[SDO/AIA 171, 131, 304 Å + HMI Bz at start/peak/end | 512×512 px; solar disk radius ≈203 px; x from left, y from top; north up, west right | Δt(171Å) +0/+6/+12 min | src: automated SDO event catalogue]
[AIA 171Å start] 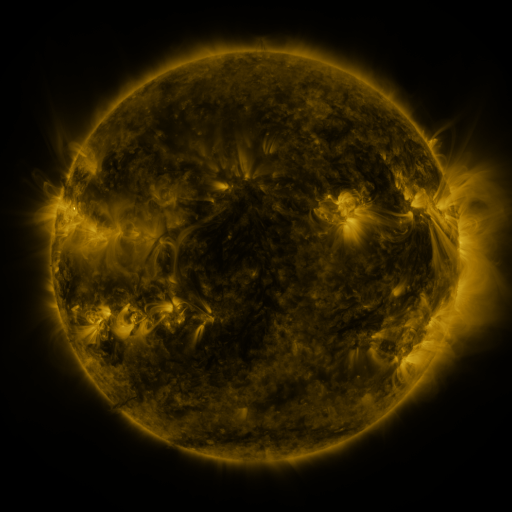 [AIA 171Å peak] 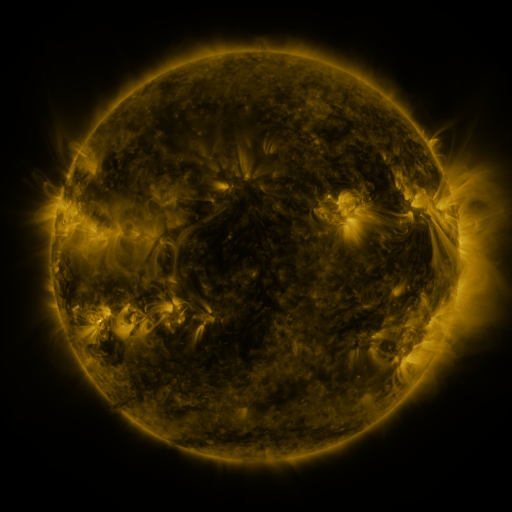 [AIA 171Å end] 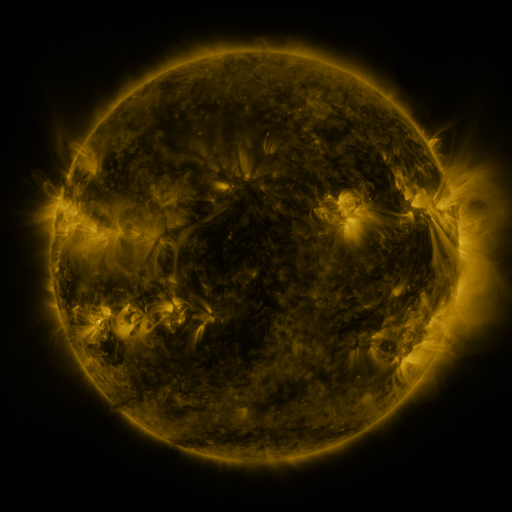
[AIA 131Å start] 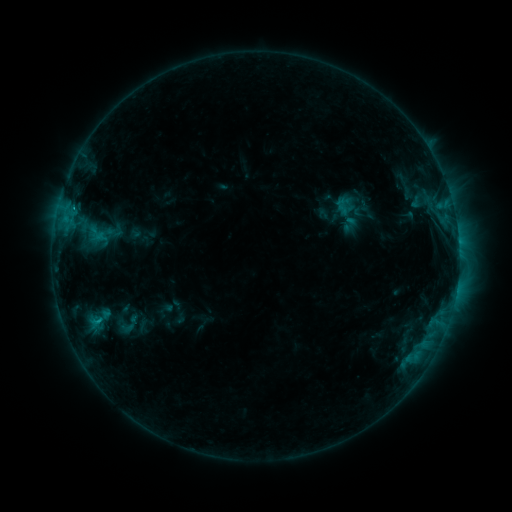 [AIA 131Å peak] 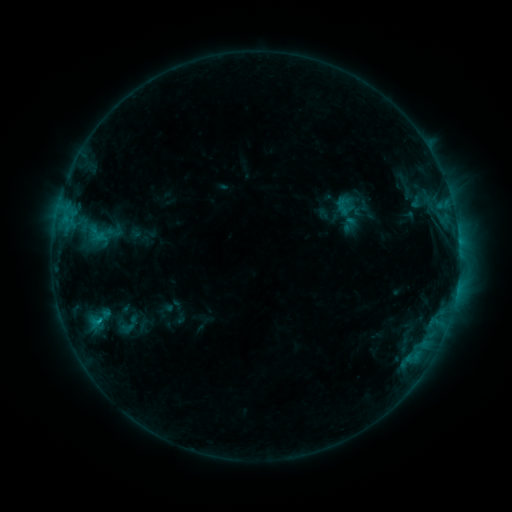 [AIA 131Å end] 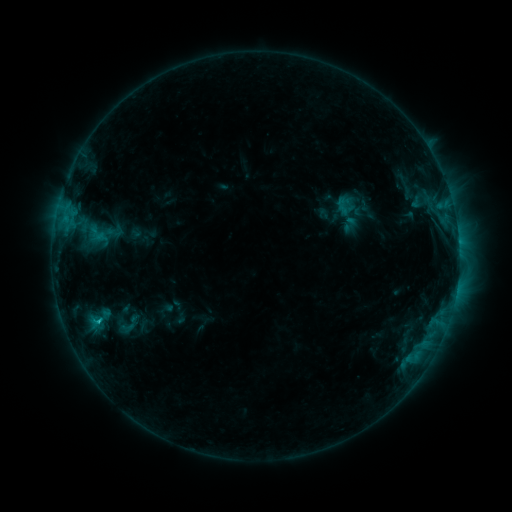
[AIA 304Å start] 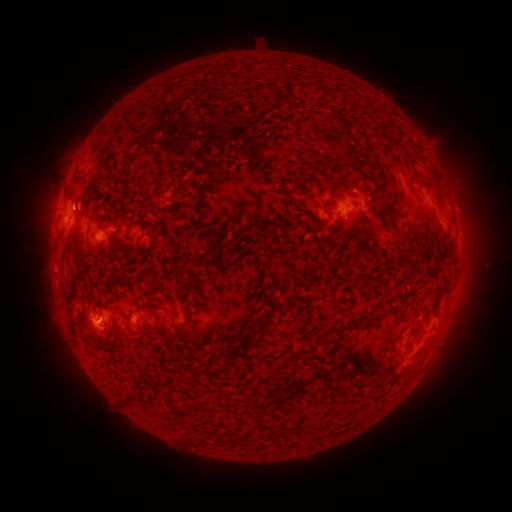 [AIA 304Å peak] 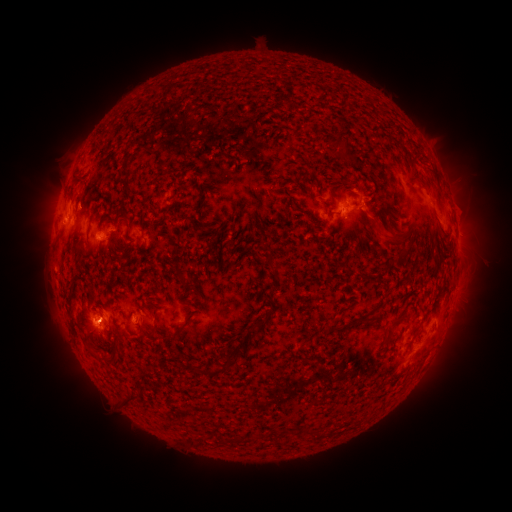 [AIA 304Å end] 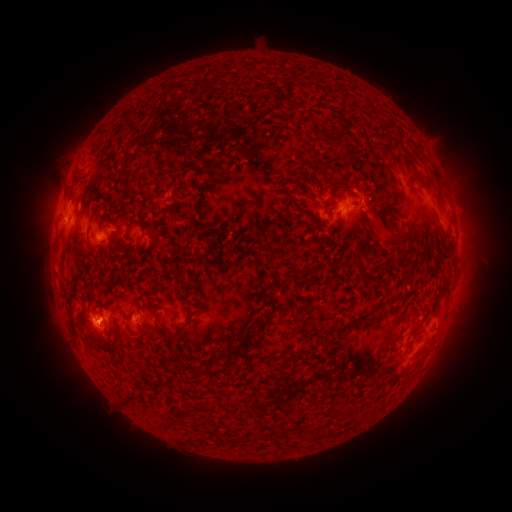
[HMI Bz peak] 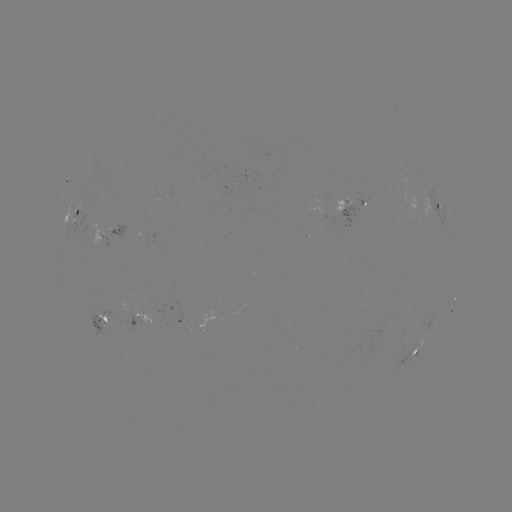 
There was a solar flare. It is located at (100, 318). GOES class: C1.1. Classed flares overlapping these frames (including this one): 1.